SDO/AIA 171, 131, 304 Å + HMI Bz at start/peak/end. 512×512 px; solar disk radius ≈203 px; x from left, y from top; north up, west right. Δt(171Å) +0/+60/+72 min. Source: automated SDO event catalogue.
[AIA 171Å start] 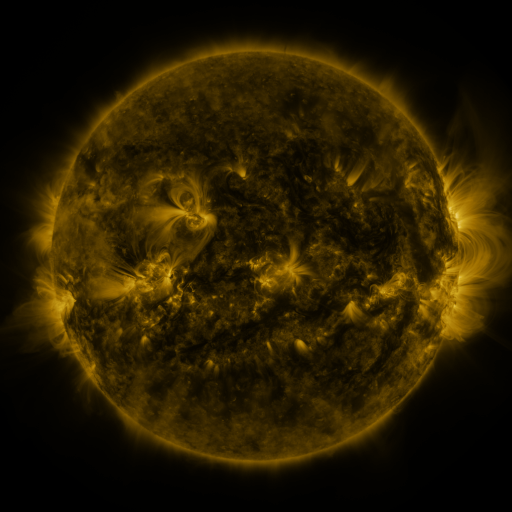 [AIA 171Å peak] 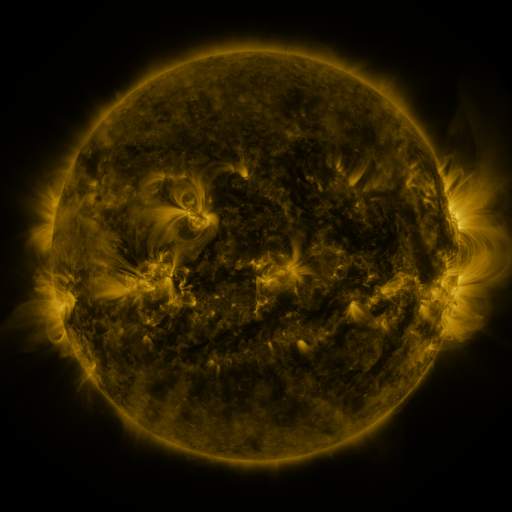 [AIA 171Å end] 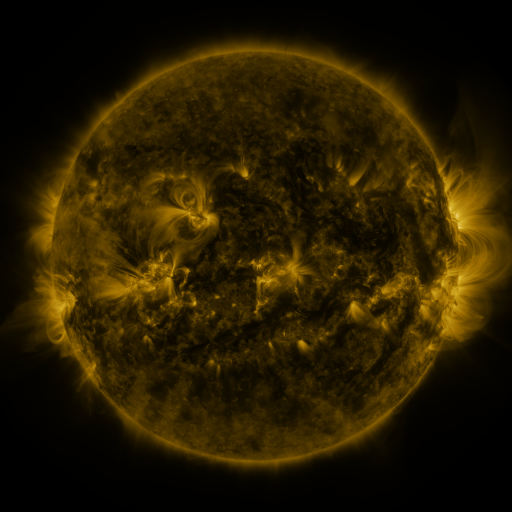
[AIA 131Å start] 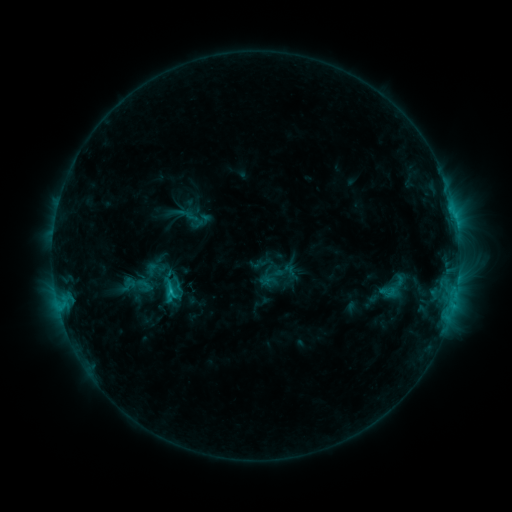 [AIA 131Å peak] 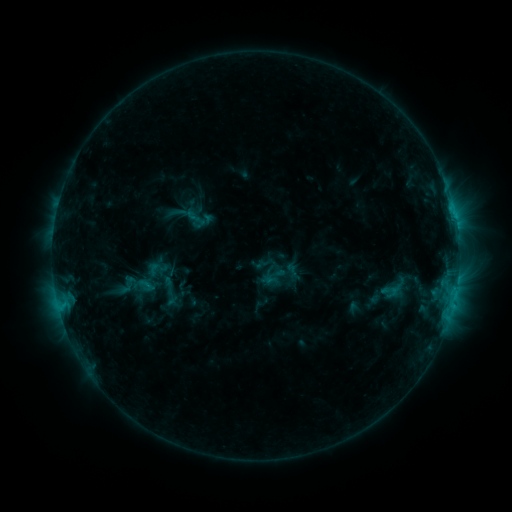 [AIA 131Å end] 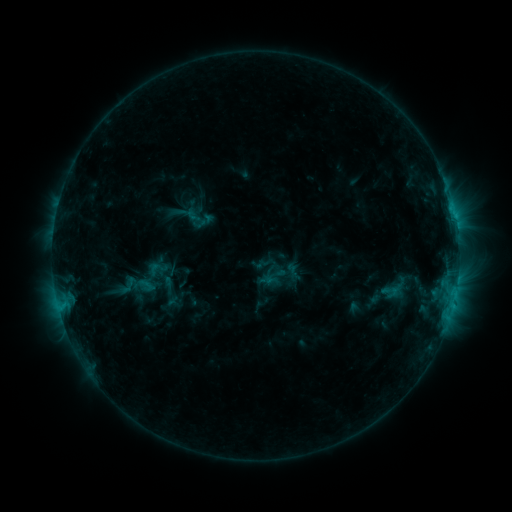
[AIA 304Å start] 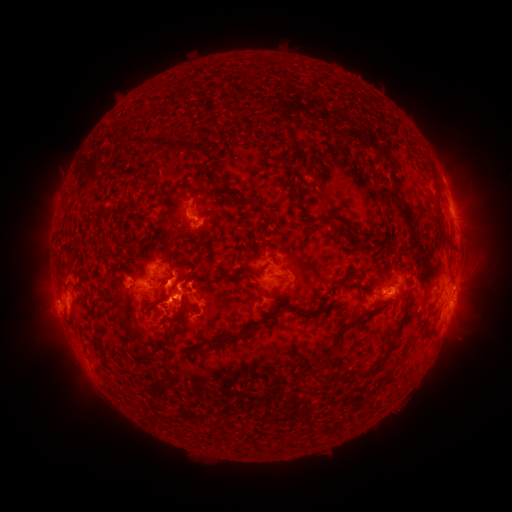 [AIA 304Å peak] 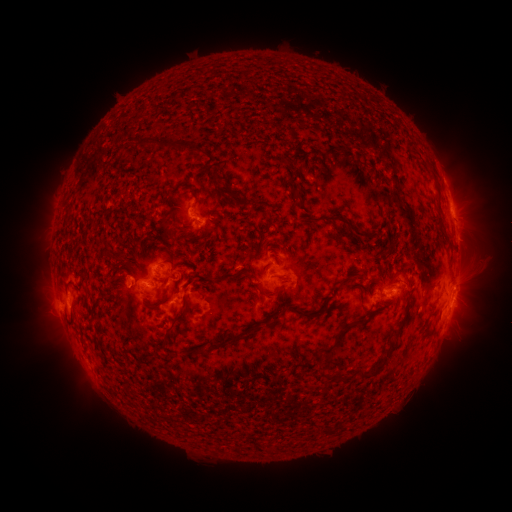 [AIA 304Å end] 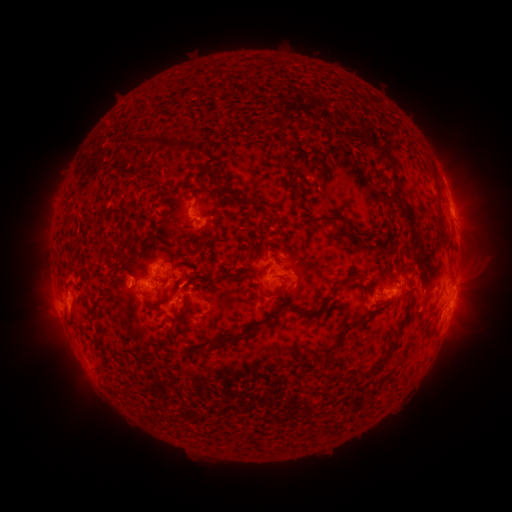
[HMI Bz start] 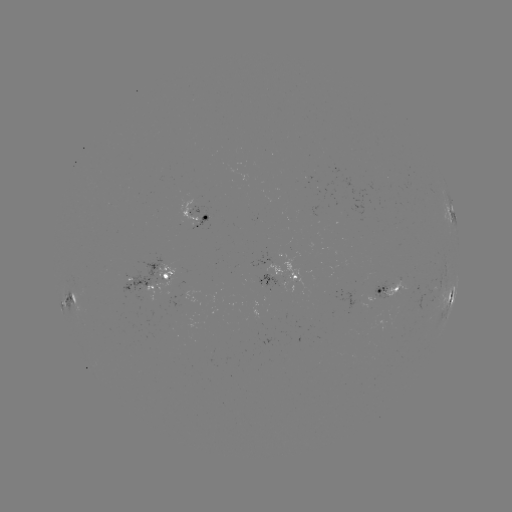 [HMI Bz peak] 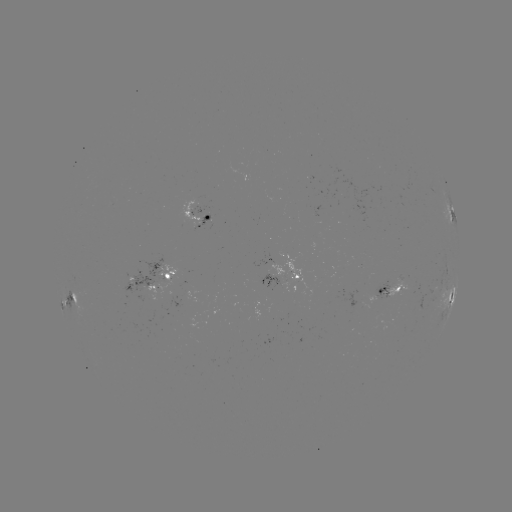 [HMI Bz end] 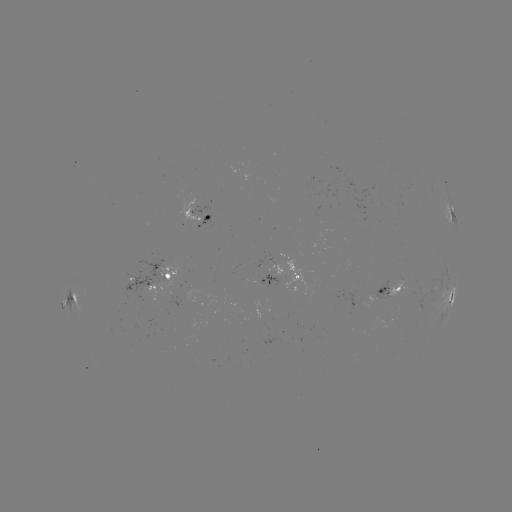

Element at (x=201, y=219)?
emerging-flux region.